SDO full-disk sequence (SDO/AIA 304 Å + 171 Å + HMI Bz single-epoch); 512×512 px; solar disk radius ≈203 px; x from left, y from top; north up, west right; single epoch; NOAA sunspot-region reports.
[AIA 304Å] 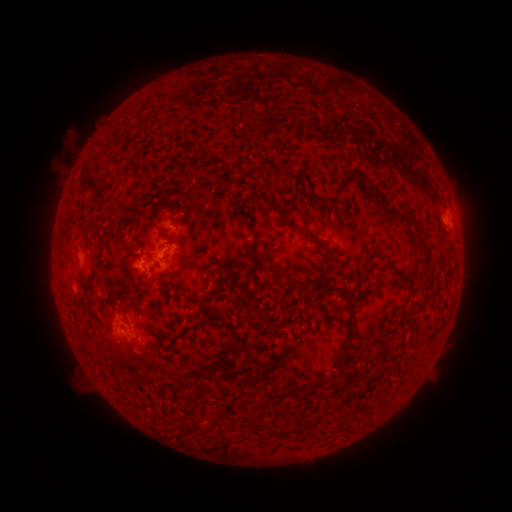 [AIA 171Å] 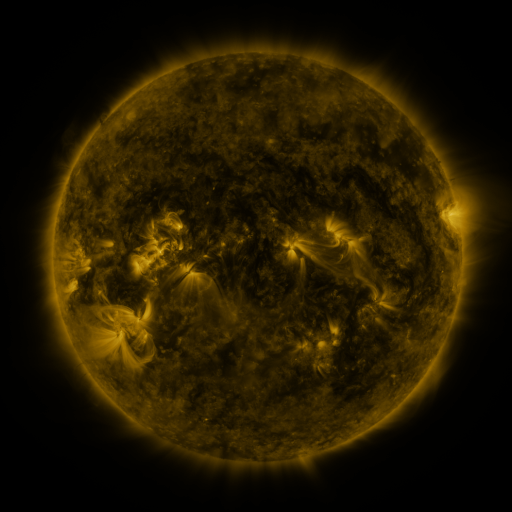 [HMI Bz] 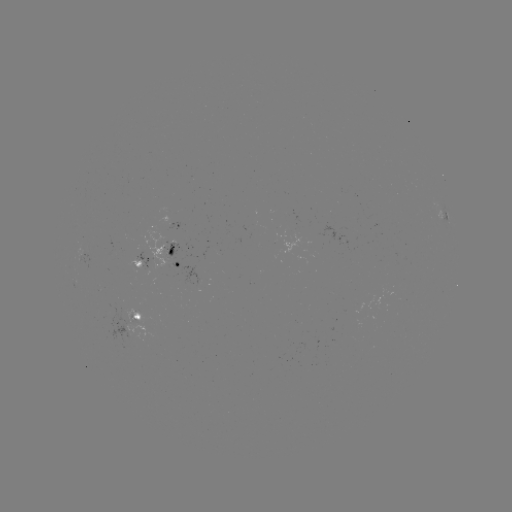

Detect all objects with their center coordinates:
spotted active region: (448, 219)
spotted active region: (181, 227)
spotted active region: (183, 263)
spotted active region: (145, 264)
spotted active region: (142, 319)
